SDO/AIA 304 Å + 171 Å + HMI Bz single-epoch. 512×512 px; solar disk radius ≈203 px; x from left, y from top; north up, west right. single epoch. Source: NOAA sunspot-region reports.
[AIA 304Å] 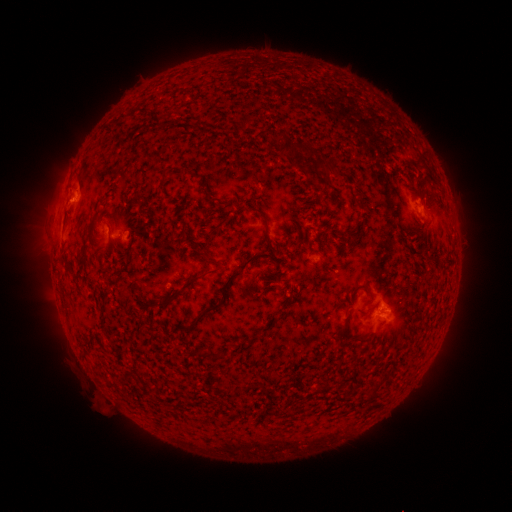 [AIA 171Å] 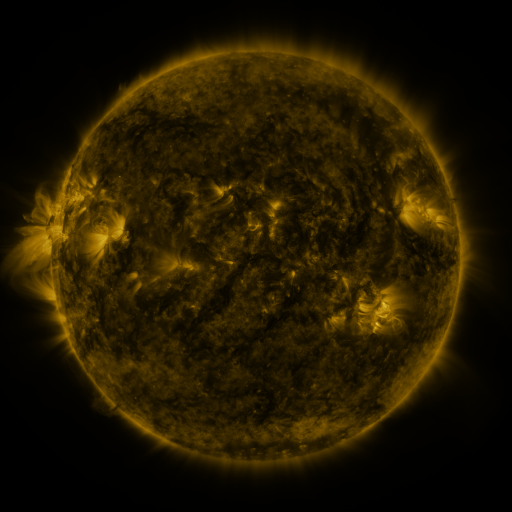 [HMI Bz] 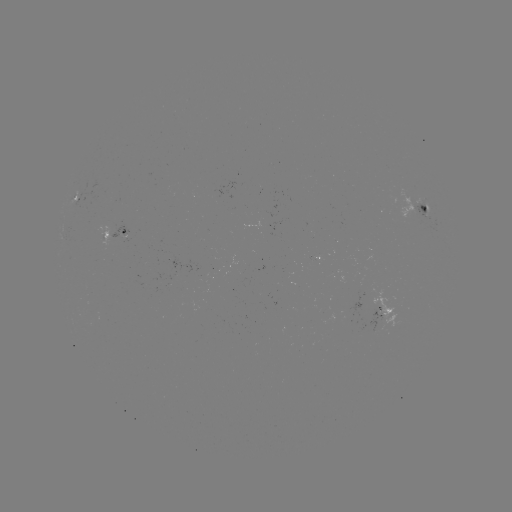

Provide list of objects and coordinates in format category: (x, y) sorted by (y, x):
spotted active region: (85, 193)
spotted active region: (426, 209)
spotted active region: (114, 233)
spotted active region: (384, 310)
